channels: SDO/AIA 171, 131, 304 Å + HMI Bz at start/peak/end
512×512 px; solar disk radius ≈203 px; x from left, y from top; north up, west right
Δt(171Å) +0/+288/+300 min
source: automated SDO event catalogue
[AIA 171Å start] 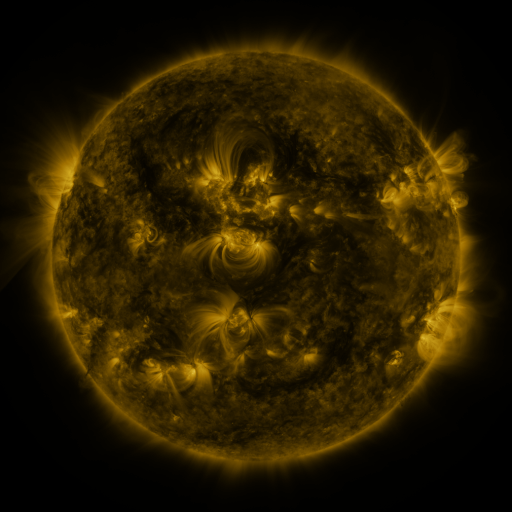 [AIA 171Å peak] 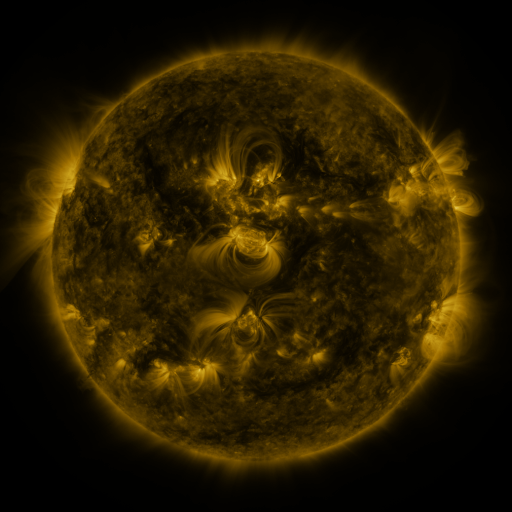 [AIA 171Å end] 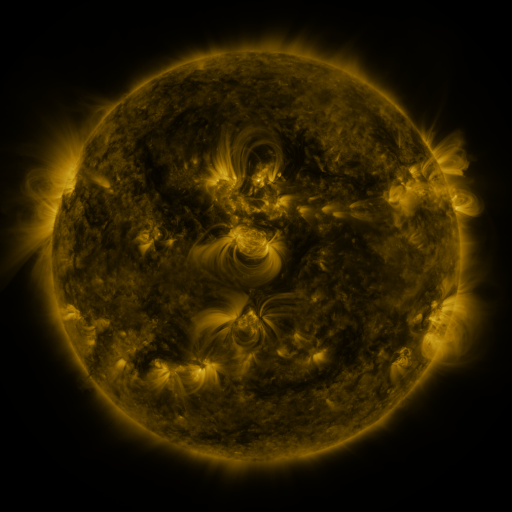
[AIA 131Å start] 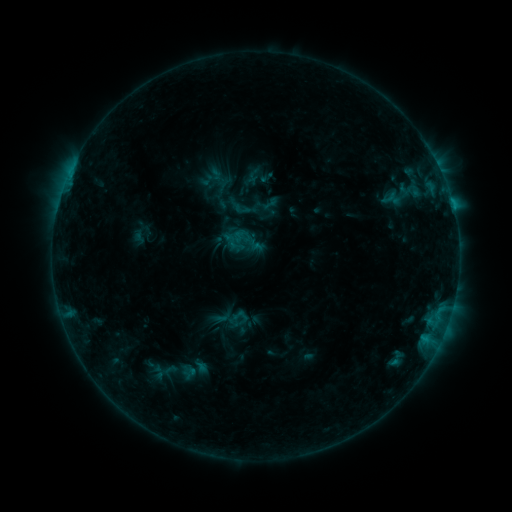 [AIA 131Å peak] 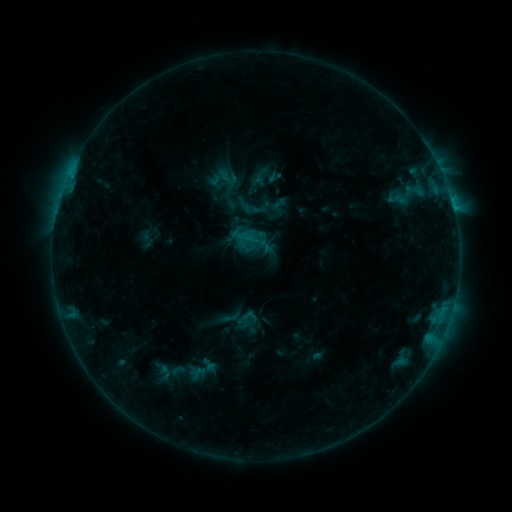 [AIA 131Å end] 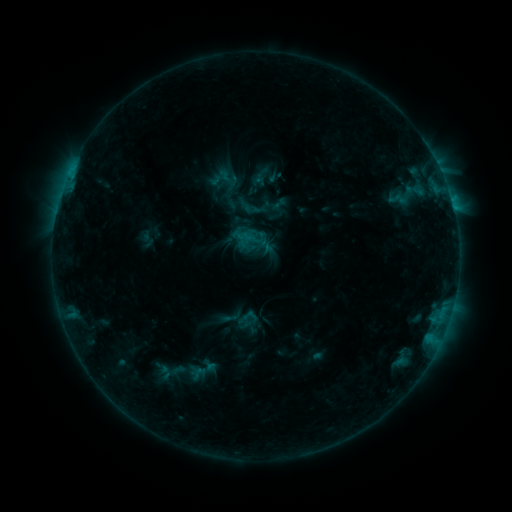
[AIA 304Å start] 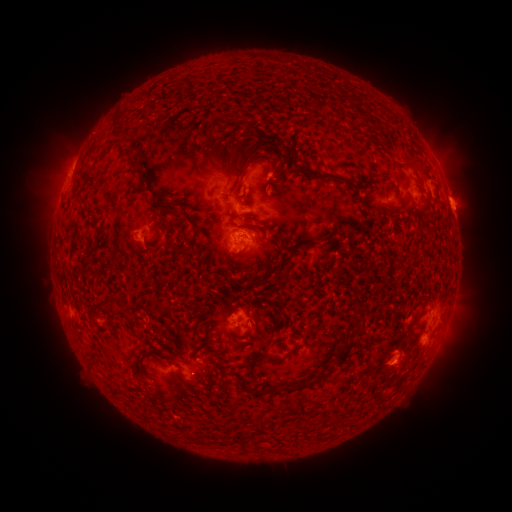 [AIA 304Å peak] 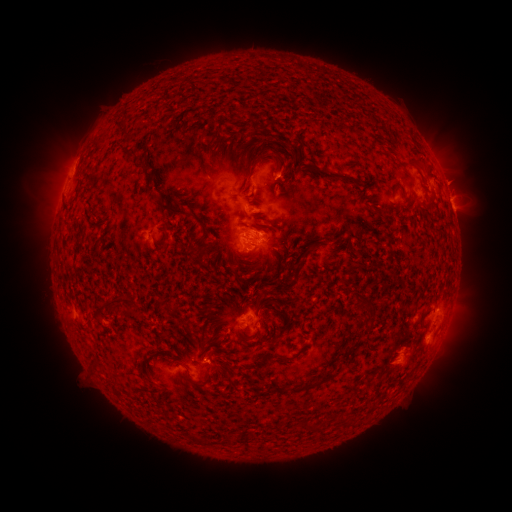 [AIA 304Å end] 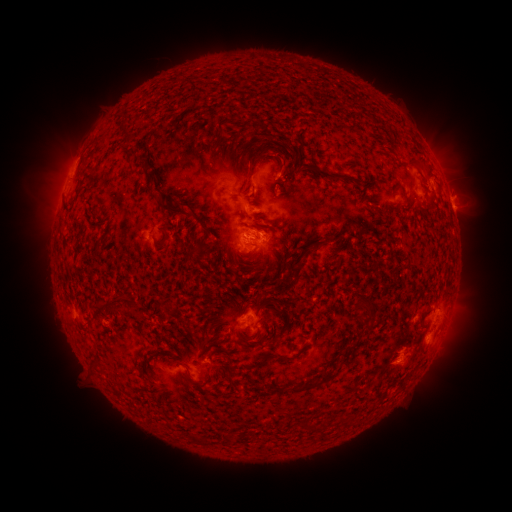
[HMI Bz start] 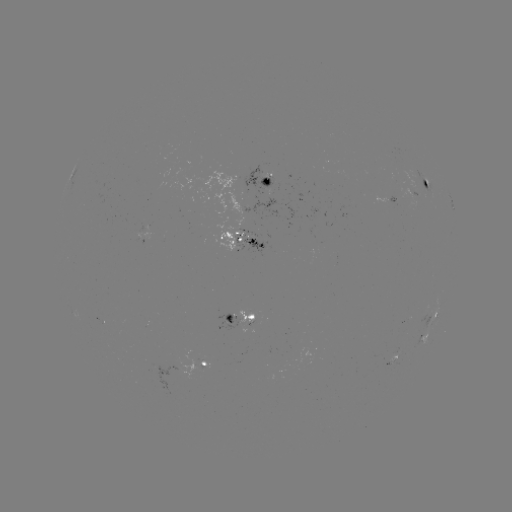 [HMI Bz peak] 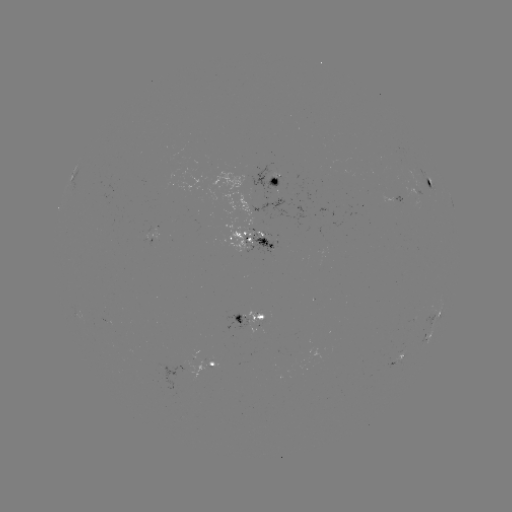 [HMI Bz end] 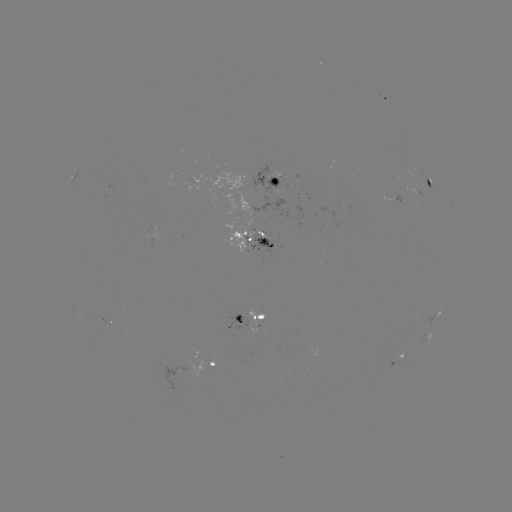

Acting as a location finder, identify emerging-flux region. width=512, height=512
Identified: [261, 239].